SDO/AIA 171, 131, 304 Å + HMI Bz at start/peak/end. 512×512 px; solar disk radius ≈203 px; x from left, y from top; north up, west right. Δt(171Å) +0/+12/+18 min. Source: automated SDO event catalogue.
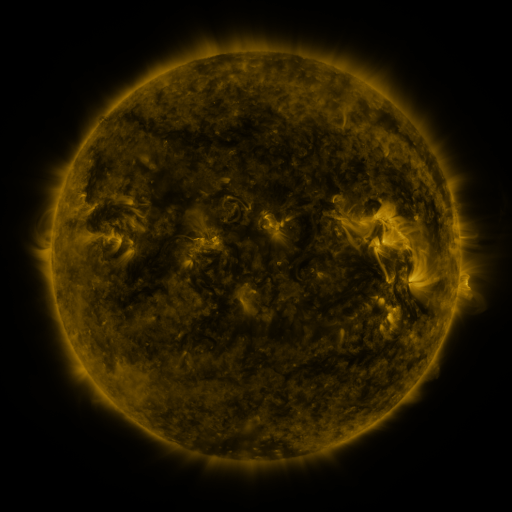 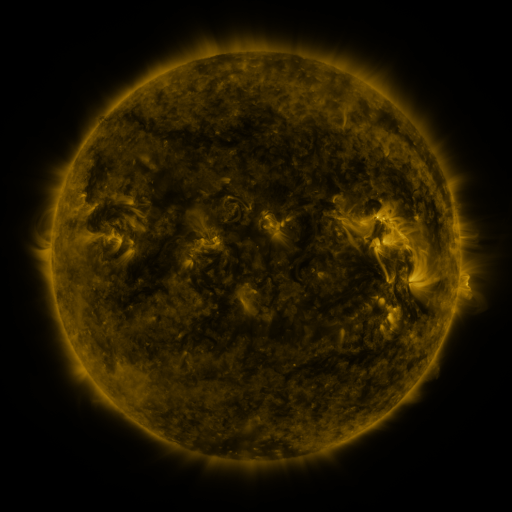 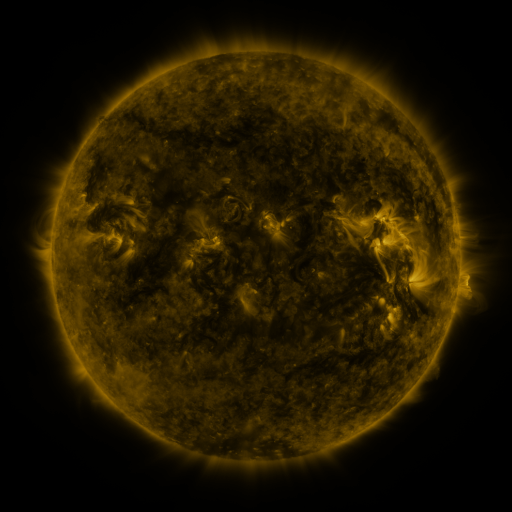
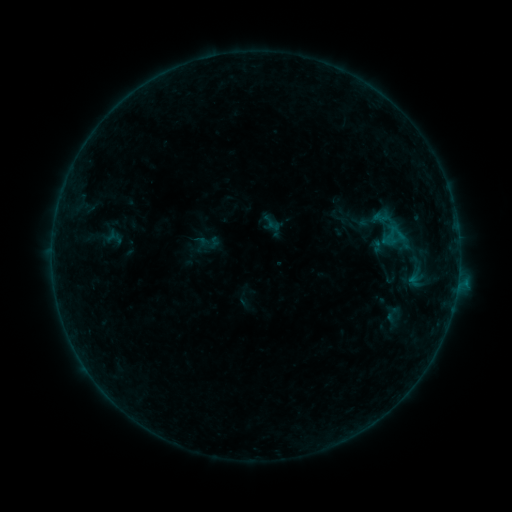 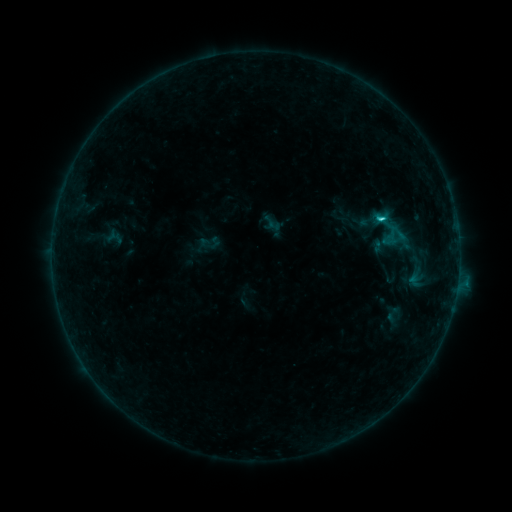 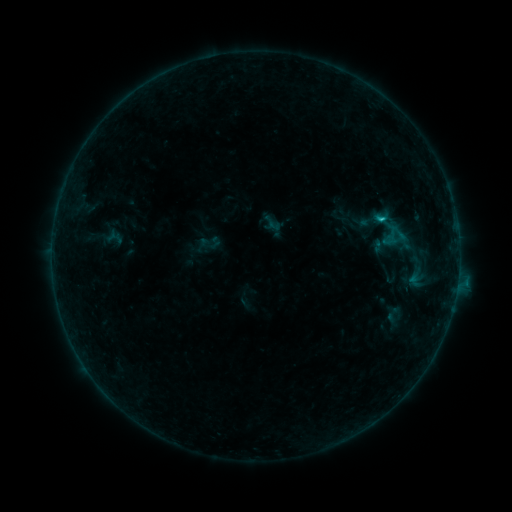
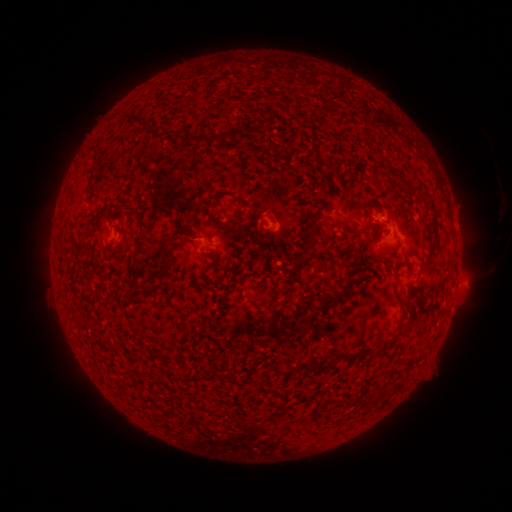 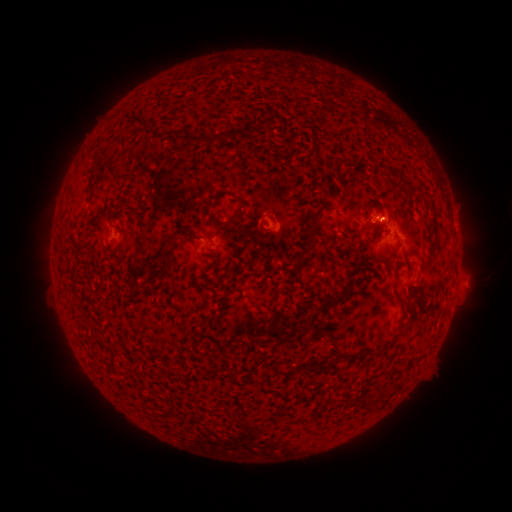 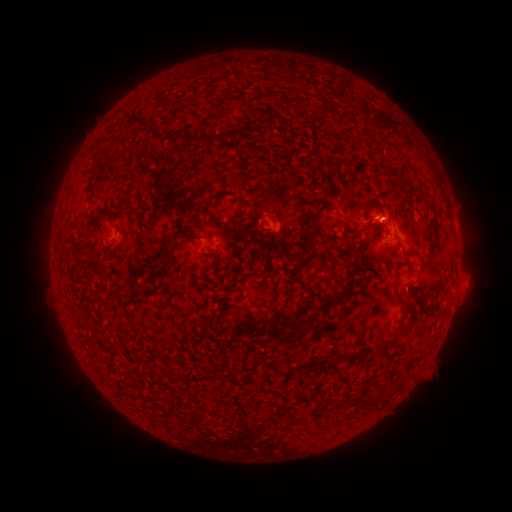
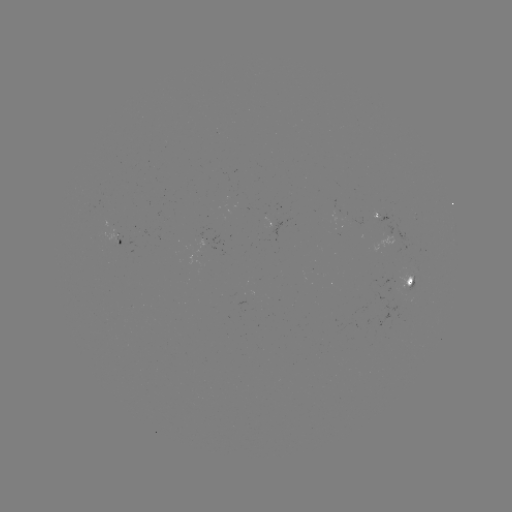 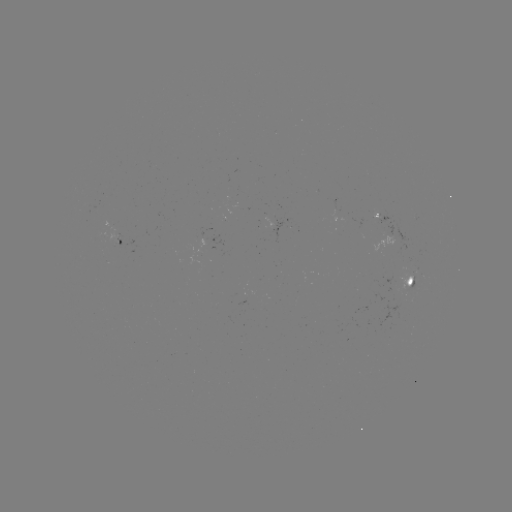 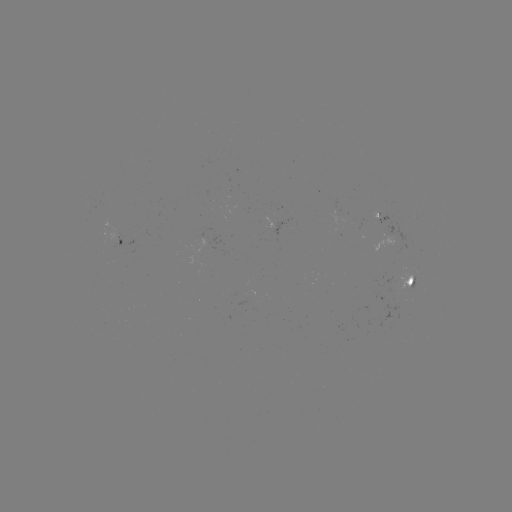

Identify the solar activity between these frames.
B9.6 flare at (381, 221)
